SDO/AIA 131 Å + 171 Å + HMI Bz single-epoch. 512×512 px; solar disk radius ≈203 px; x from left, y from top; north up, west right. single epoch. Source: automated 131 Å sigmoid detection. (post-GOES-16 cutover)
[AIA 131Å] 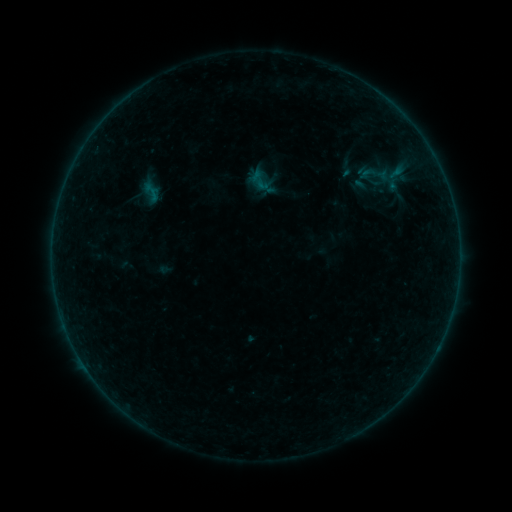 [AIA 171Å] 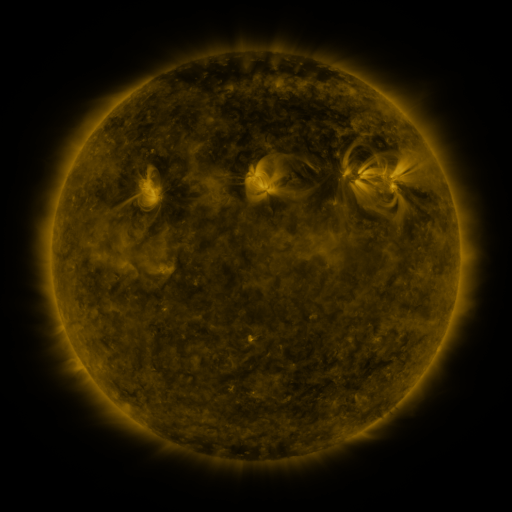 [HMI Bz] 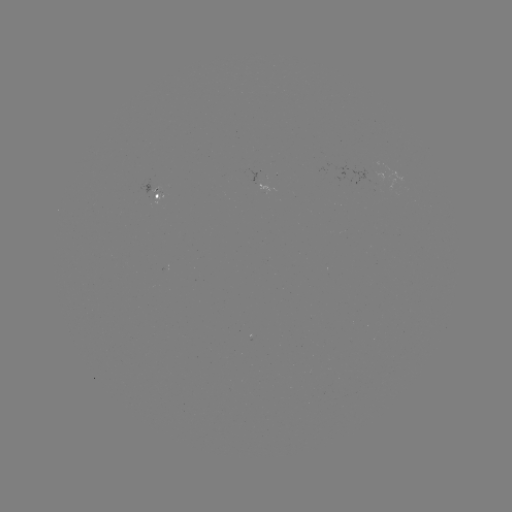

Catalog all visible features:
sigmoid: (332, 158, 363, 178)
sigmoid: (353, 165, 381, 183)
